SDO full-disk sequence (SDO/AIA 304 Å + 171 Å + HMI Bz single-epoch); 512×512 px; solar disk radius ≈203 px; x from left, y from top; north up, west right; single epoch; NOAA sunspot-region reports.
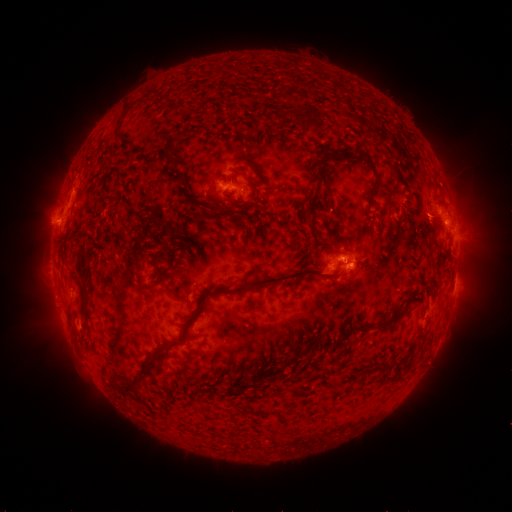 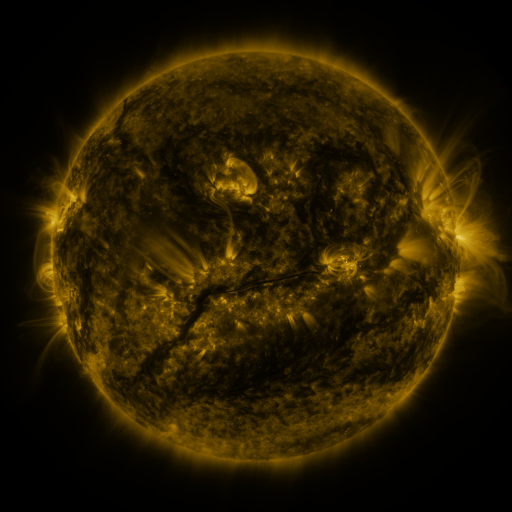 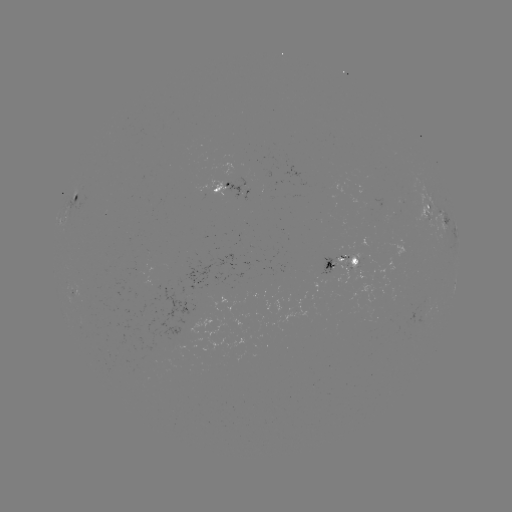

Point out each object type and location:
spotted active region: (225, 184)
spotted active region: (77, 194)
spotted active region: (444, 216)
spotted active region: (341, 259)
